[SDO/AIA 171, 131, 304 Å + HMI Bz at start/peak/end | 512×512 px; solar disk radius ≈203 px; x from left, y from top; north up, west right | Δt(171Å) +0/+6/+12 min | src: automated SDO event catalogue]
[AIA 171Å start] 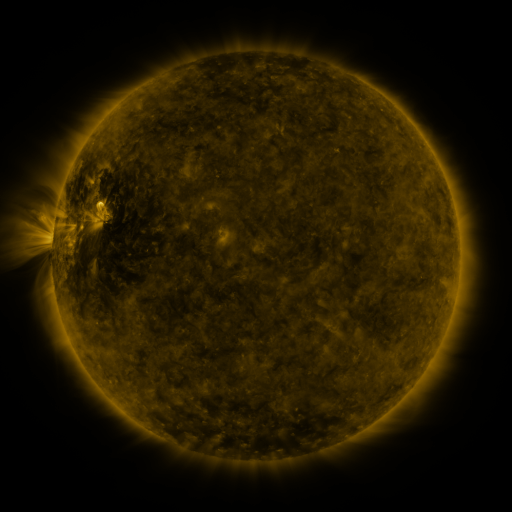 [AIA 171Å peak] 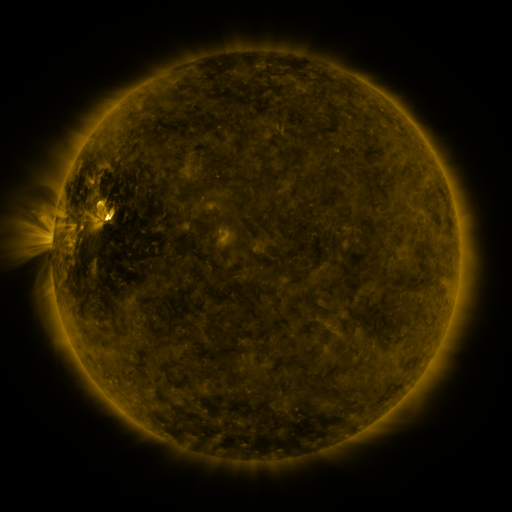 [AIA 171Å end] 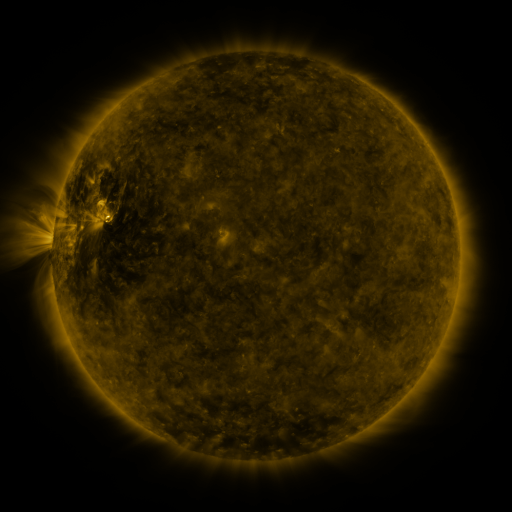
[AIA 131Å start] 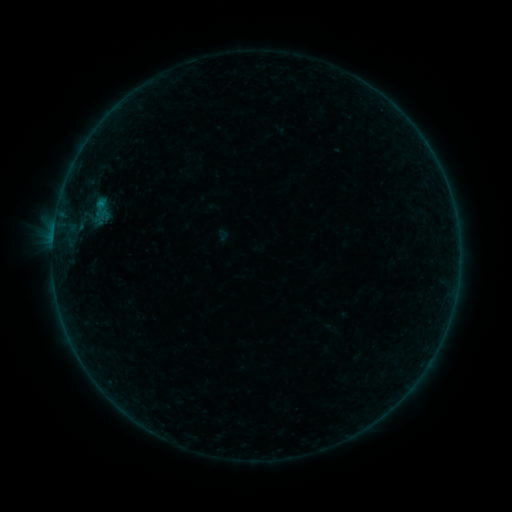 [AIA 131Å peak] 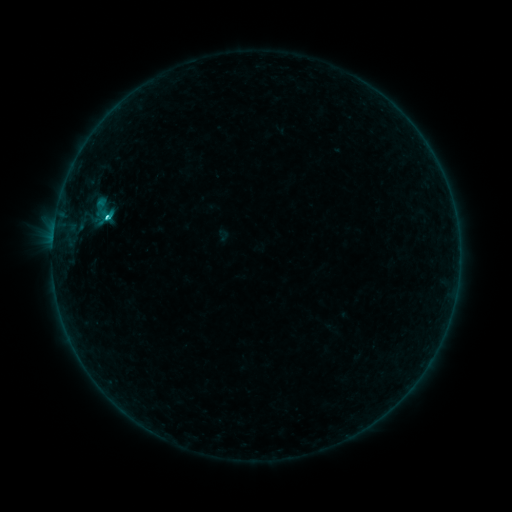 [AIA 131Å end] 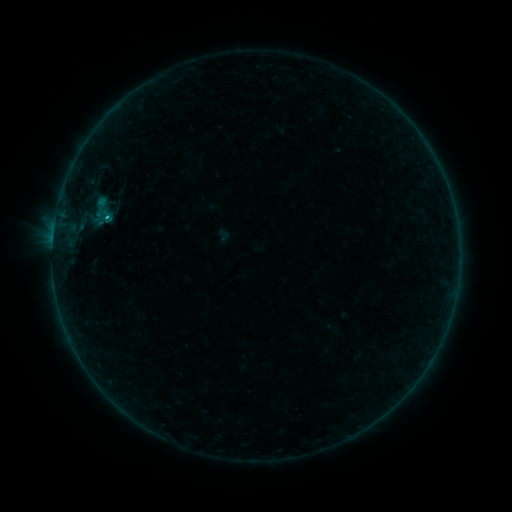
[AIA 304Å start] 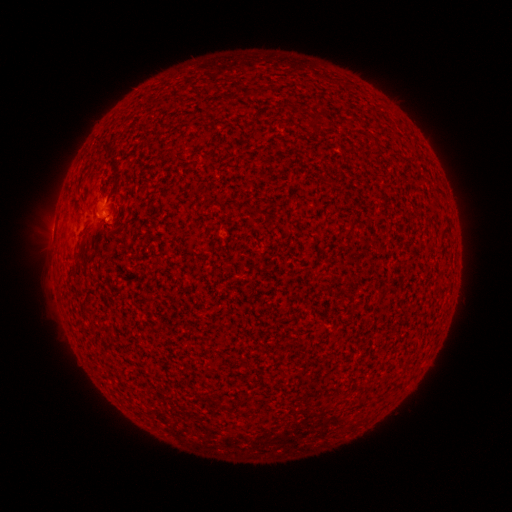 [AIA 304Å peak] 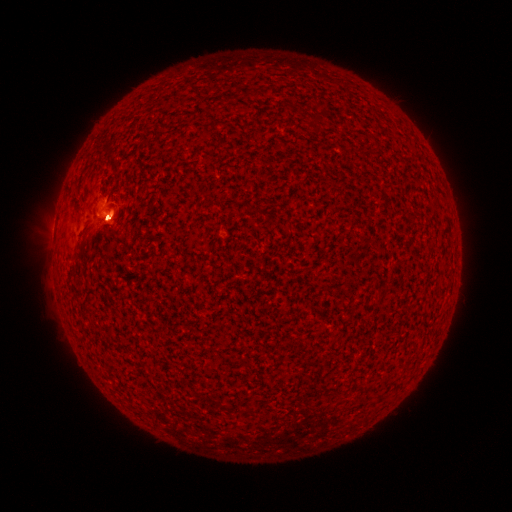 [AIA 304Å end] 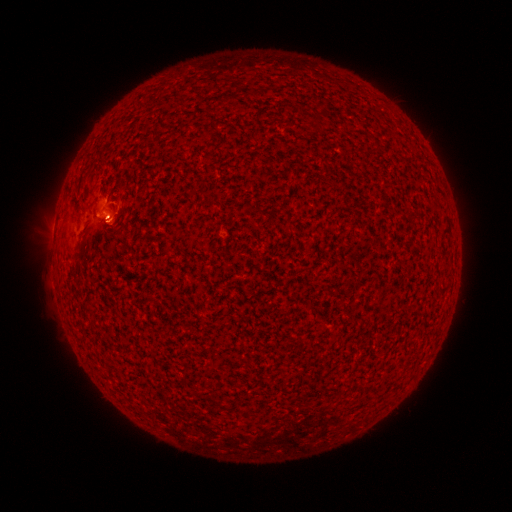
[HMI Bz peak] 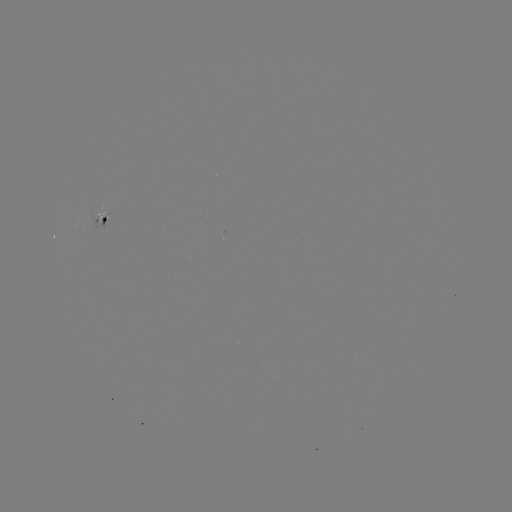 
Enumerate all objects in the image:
C1.5 flare: (108, 218)
